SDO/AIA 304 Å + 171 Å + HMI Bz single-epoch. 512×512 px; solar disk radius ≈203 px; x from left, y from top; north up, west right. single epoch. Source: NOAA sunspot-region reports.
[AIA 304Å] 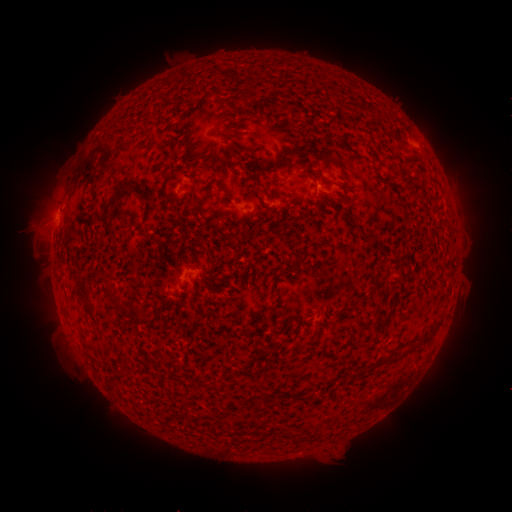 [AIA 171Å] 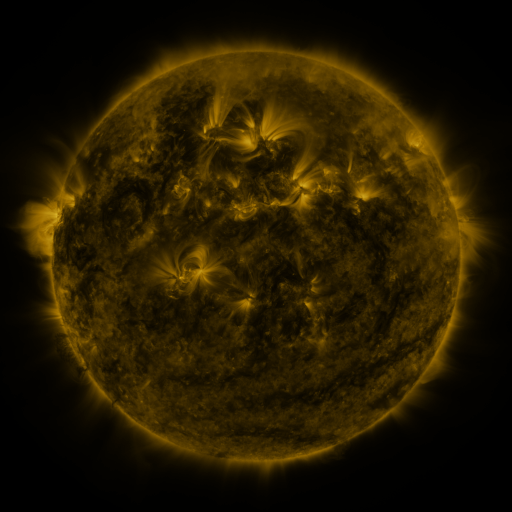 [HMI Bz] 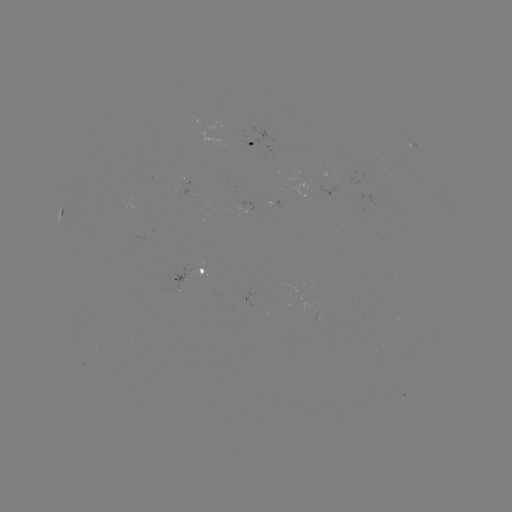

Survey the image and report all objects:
spotted active region: (252, 145)
spotted active region: (417, 150)
spotted active region: (327, 191)
spotted active region: (190, 275)
